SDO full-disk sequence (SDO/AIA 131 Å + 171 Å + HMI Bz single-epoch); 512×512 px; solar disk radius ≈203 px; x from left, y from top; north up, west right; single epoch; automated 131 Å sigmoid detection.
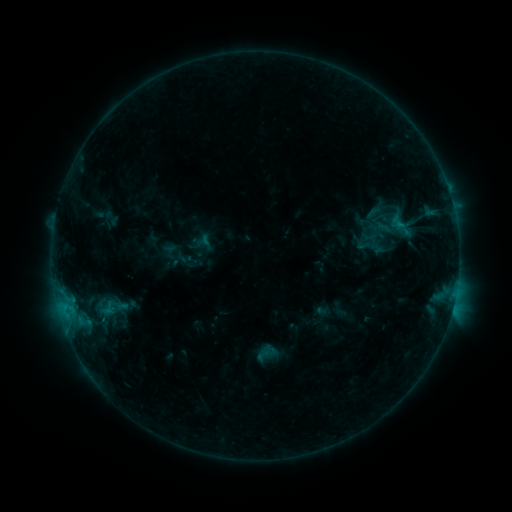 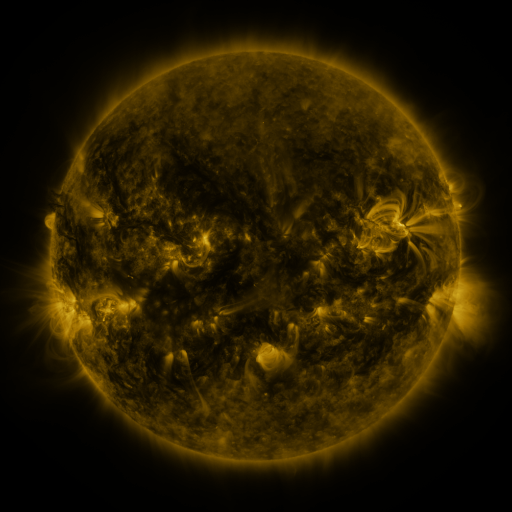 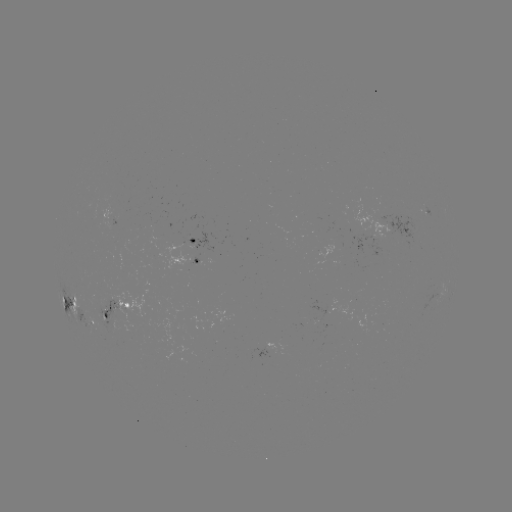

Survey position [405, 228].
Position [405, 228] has sigmoid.